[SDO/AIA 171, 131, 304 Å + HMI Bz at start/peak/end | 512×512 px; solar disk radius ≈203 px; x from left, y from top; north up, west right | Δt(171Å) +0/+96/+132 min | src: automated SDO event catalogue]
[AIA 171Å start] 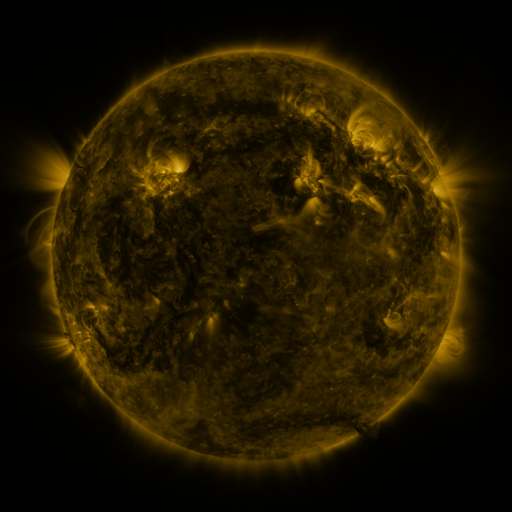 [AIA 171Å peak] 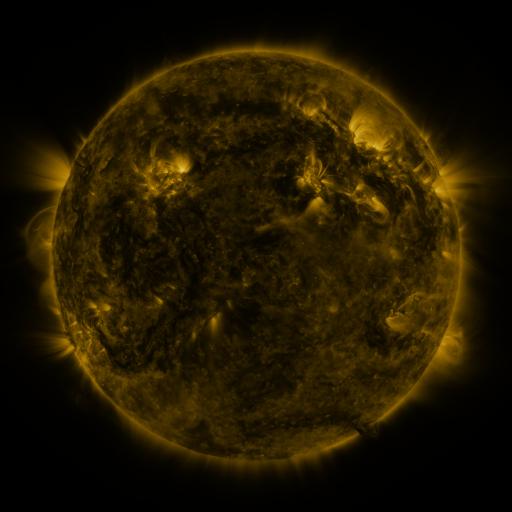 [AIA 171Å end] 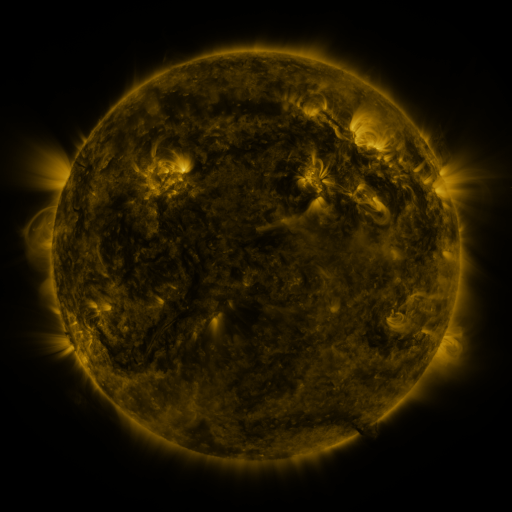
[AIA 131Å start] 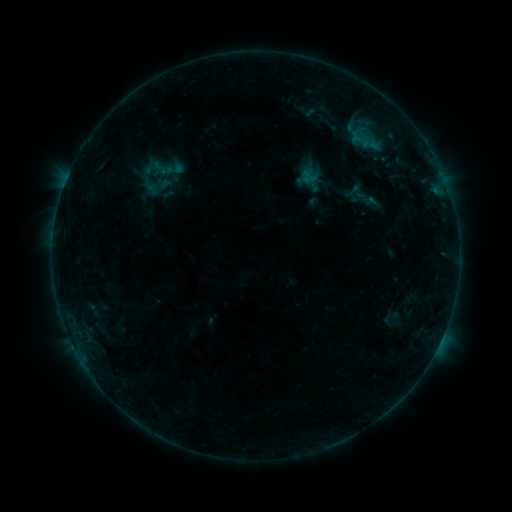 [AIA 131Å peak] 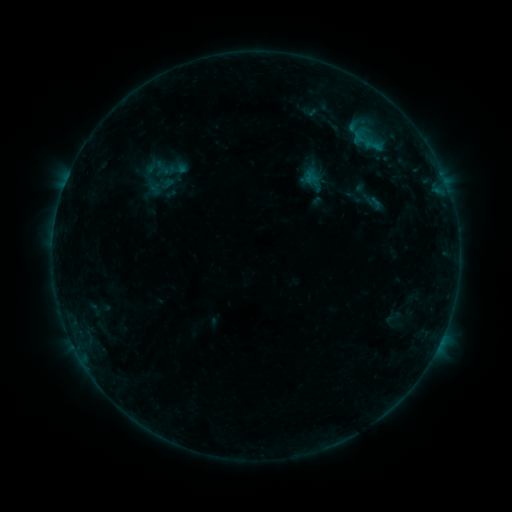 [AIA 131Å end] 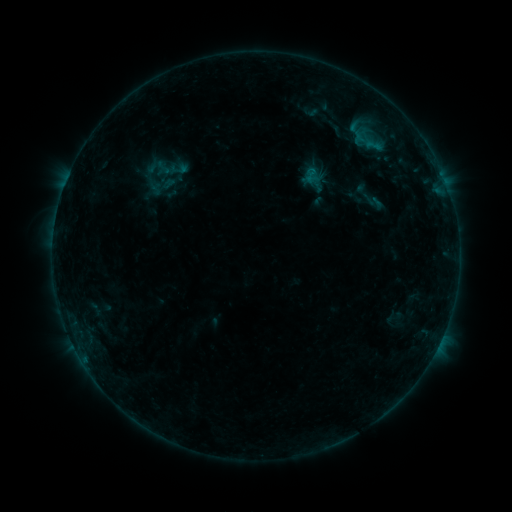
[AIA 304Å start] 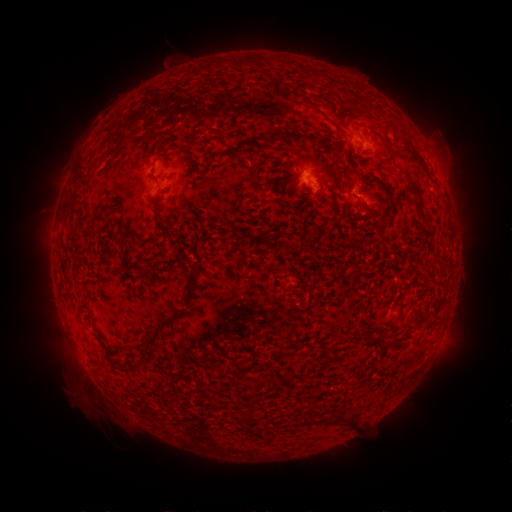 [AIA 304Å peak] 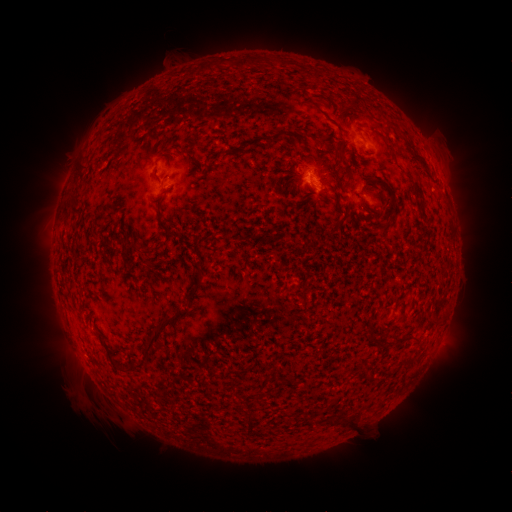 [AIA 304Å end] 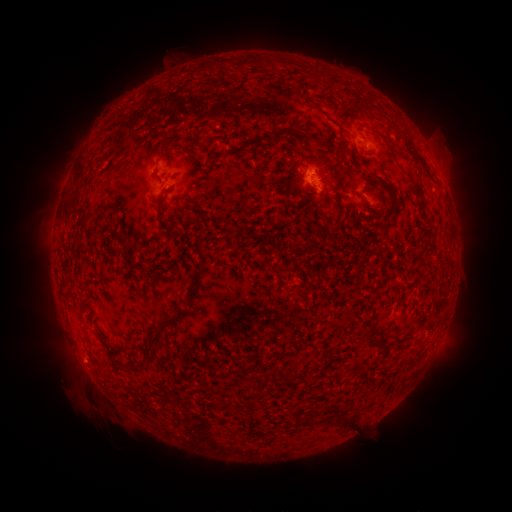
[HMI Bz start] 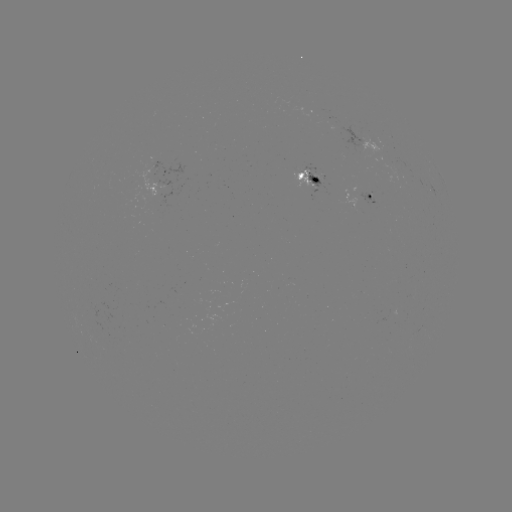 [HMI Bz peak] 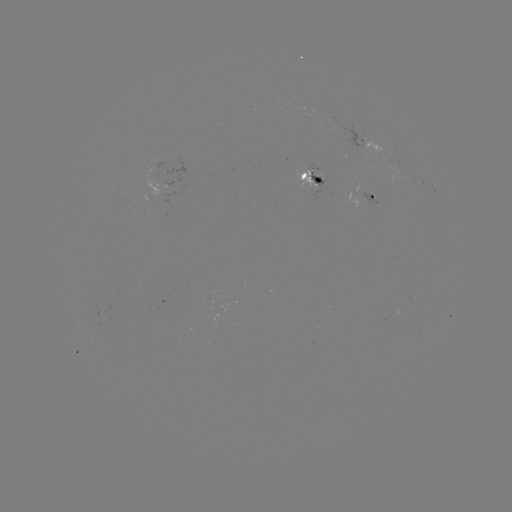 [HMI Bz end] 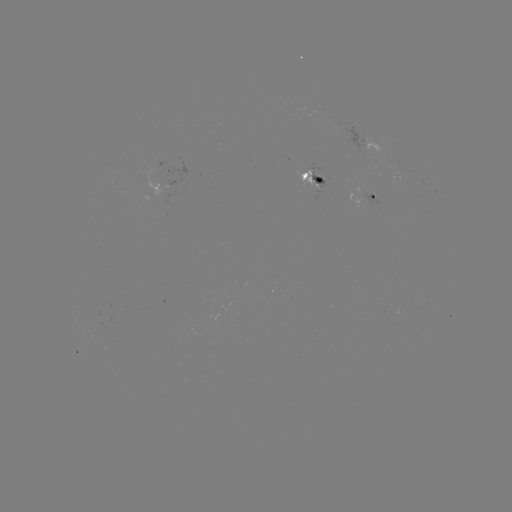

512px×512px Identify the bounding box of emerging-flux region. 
[136, 167, 161, 197].